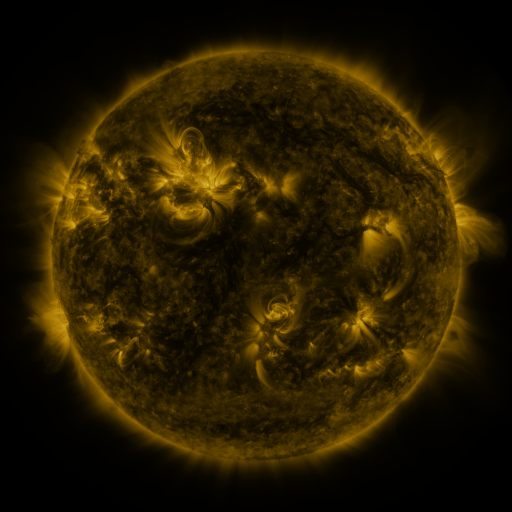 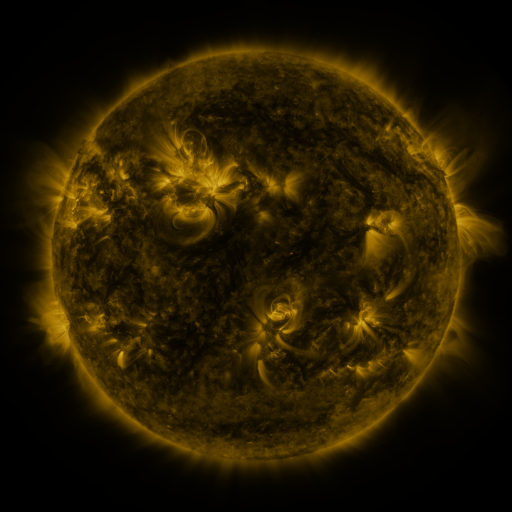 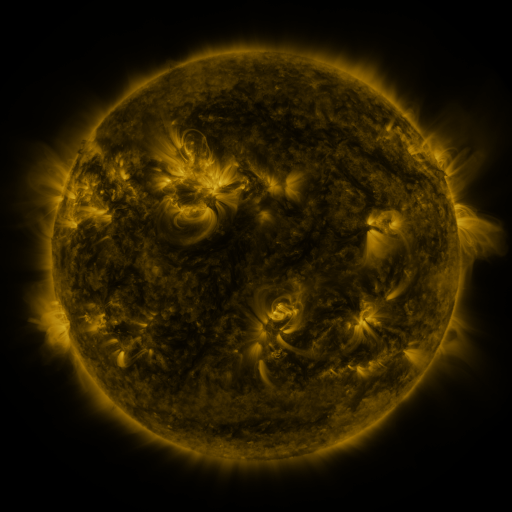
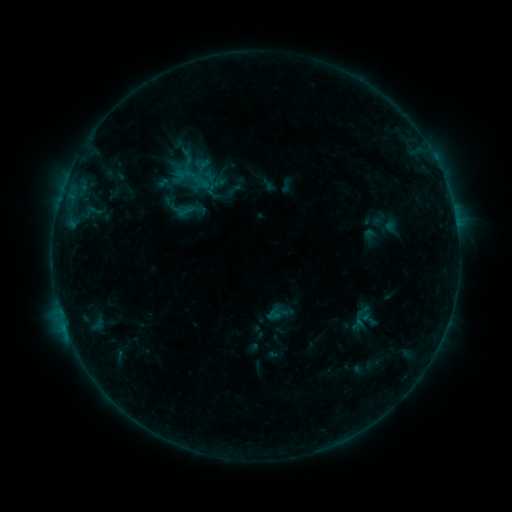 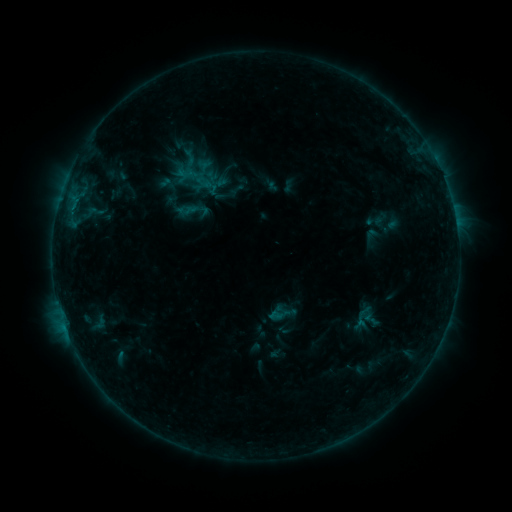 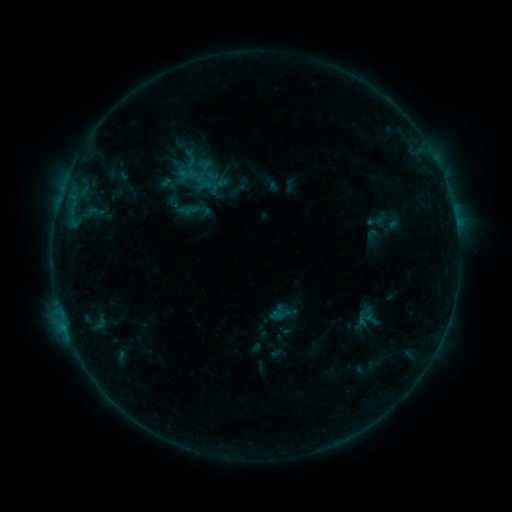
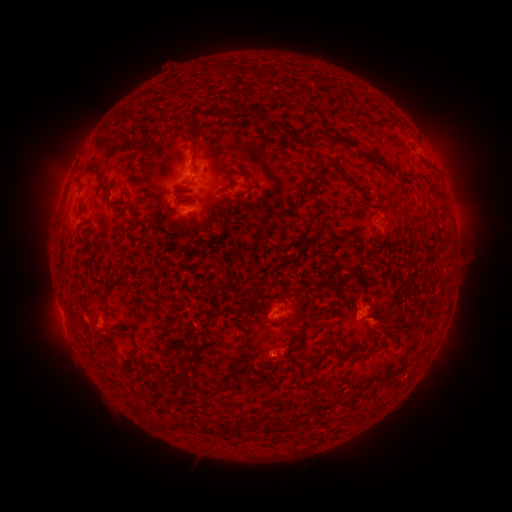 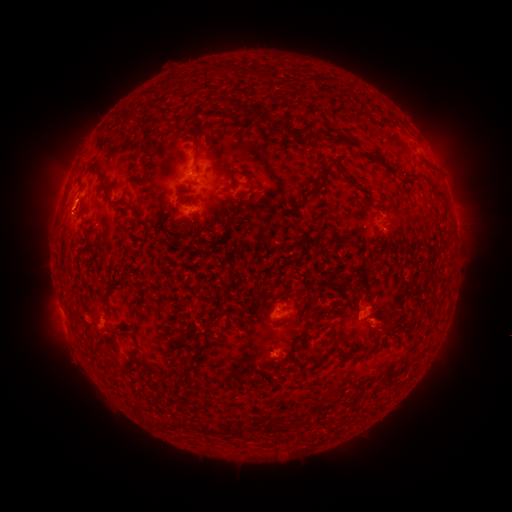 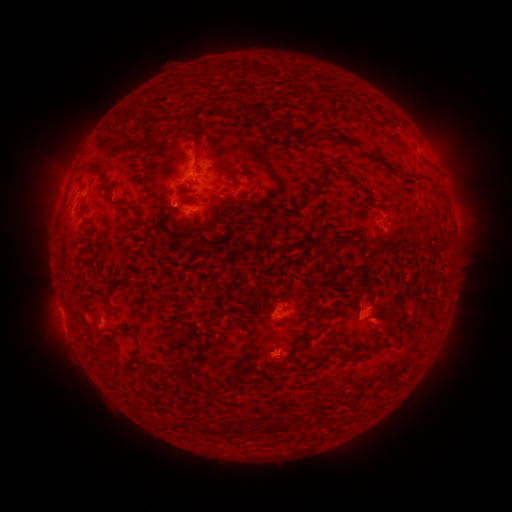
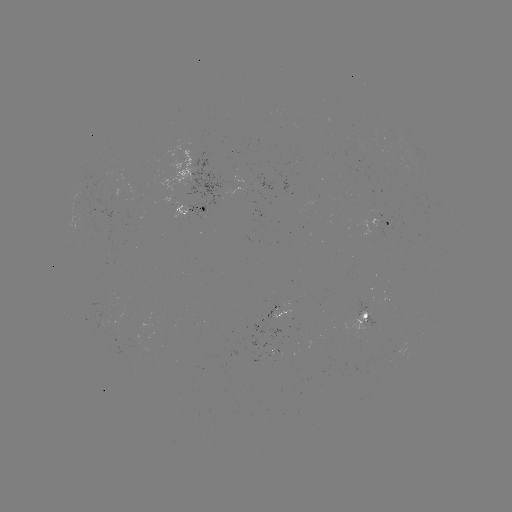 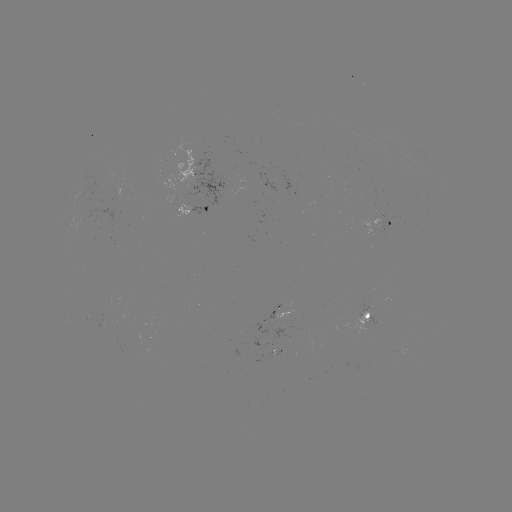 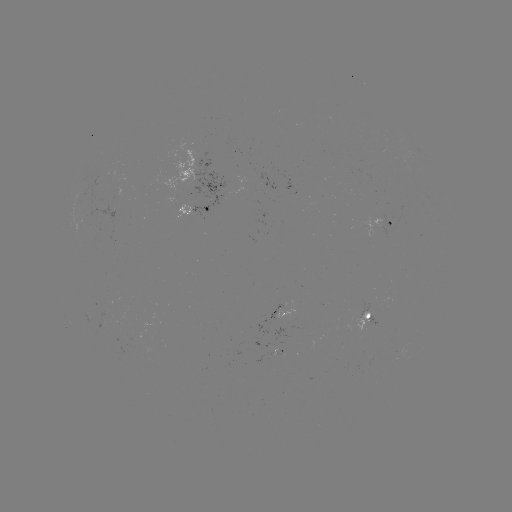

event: emerging-flux region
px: (134, 340)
